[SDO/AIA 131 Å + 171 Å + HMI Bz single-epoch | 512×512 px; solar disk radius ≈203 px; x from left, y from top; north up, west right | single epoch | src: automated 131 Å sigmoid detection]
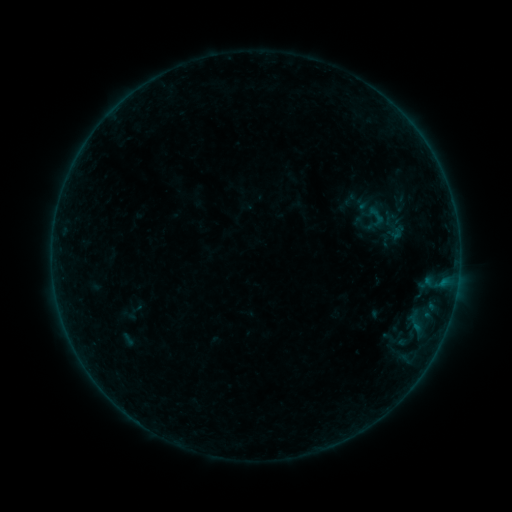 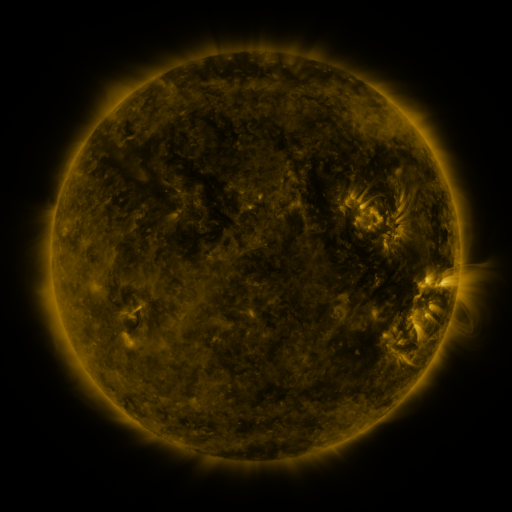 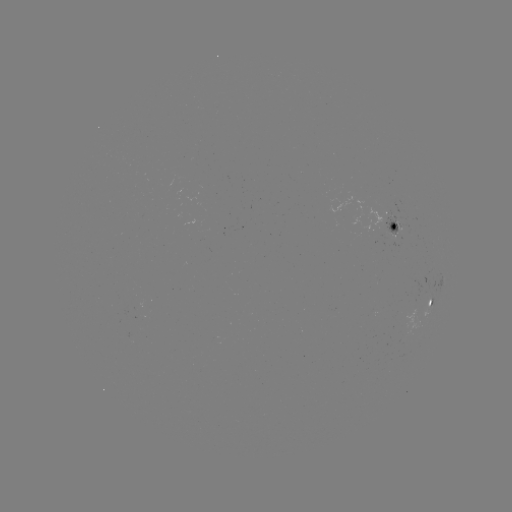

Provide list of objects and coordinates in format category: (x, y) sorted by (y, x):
sigmoid: (377, 216)
